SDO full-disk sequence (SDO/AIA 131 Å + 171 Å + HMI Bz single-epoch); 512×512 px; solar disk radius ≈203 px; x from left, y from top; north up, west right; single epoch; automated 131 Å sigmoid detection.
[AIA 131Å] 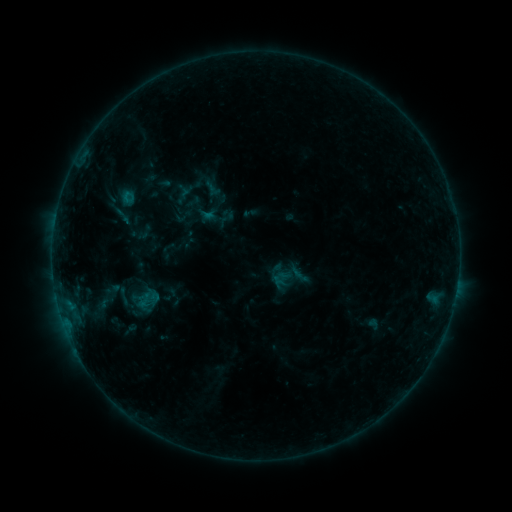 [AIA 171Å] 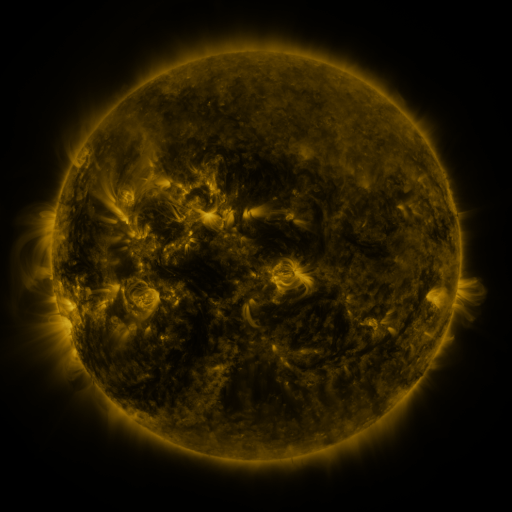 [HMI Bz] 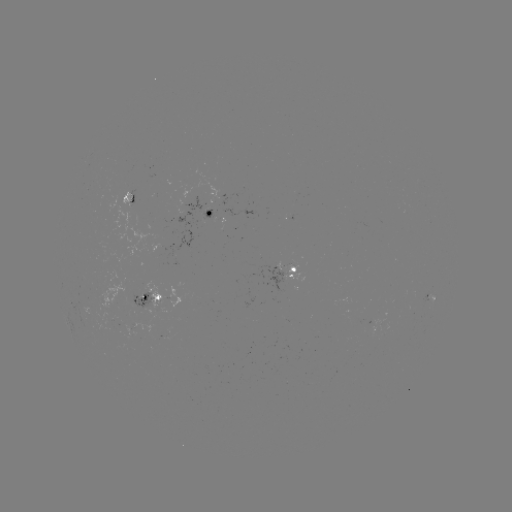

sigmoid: (111, 287, 136, 306)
